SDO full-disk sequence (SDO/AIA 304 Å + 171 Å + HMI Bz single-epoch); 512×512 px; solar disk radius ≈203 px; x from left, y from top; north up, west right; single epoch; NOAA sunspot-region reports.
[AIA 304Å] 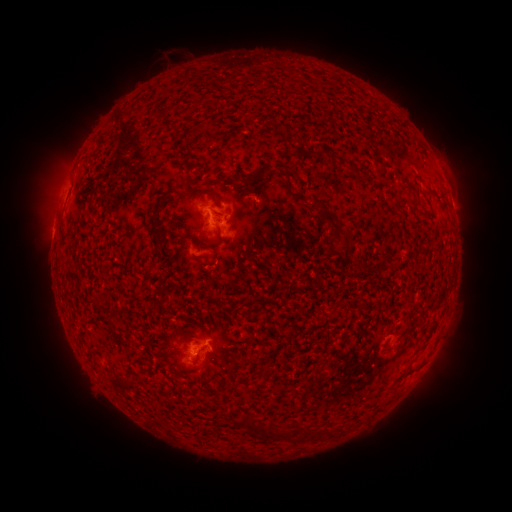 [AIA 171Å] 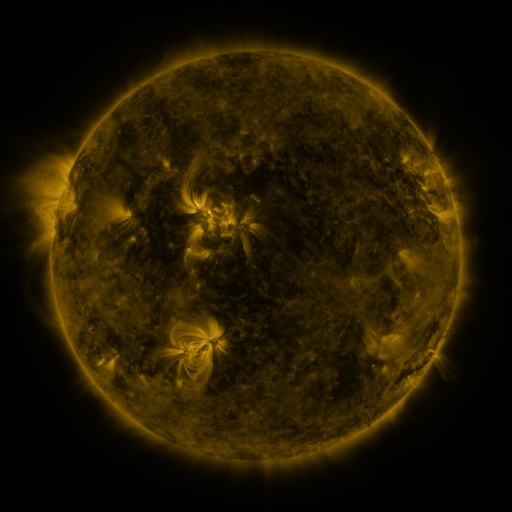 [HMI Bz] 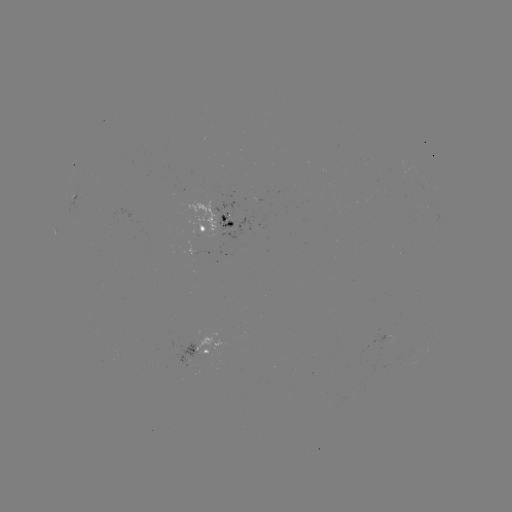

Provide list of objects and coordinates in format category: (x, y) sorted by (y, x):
spotted active region: (75, 198)
spotted active region: (221, 223)
spotted active region: (207, 353)
